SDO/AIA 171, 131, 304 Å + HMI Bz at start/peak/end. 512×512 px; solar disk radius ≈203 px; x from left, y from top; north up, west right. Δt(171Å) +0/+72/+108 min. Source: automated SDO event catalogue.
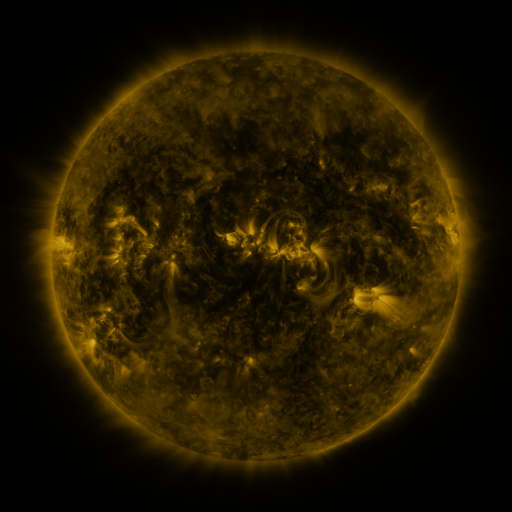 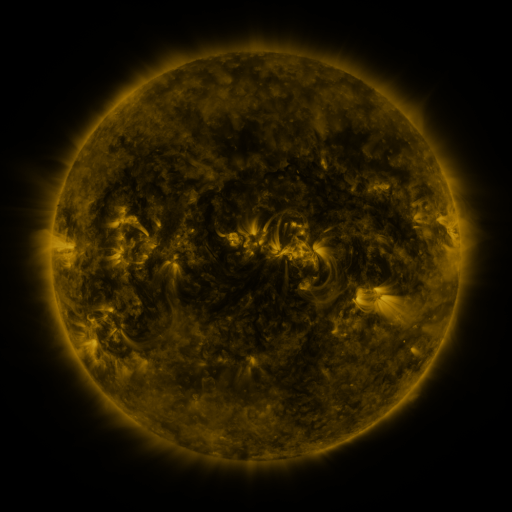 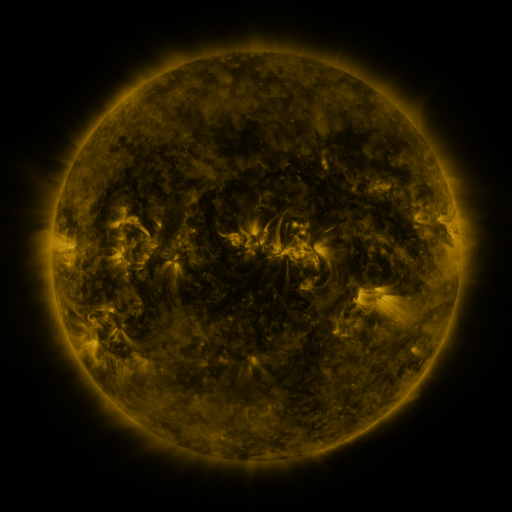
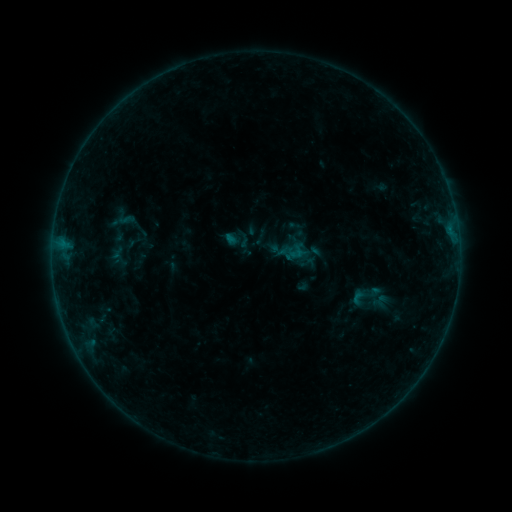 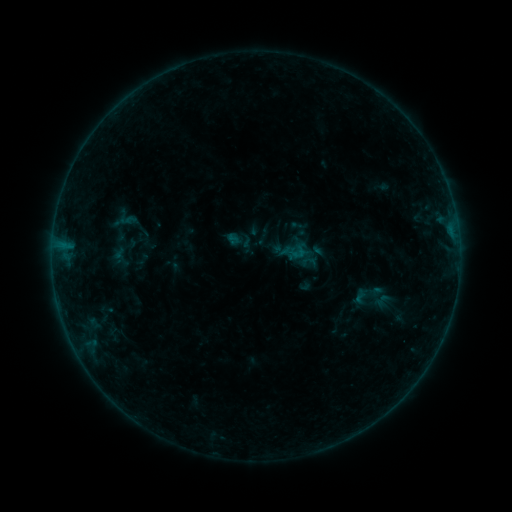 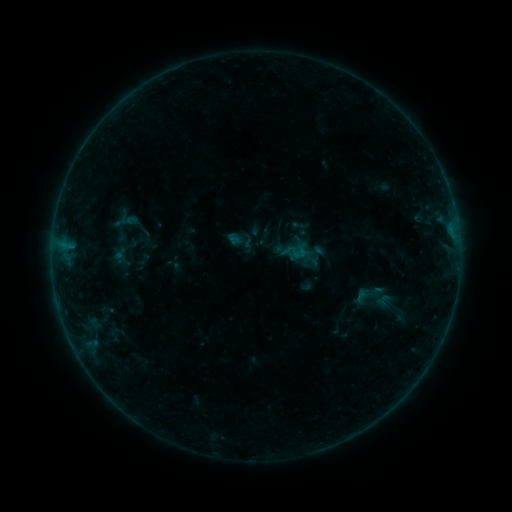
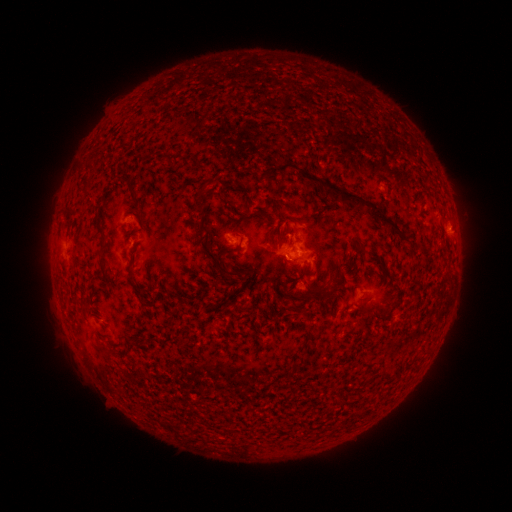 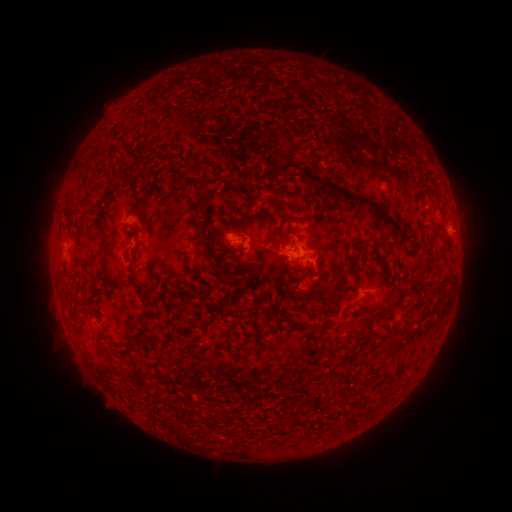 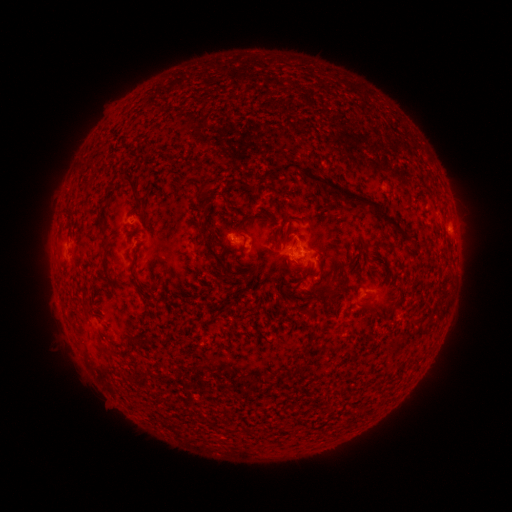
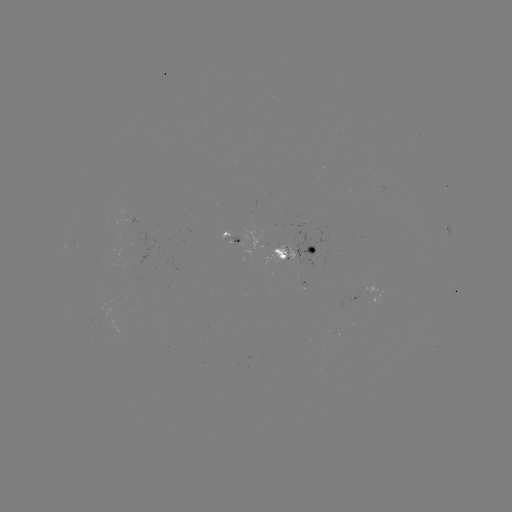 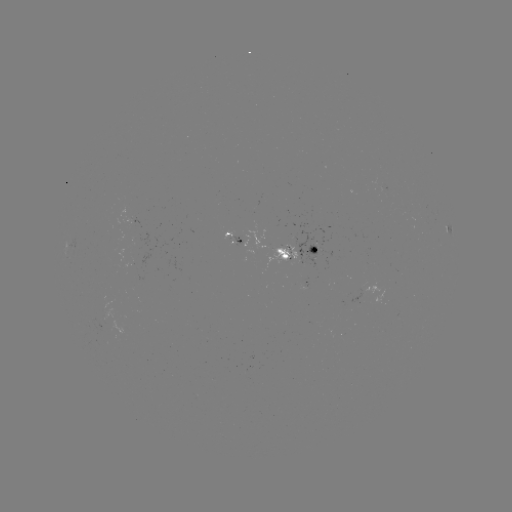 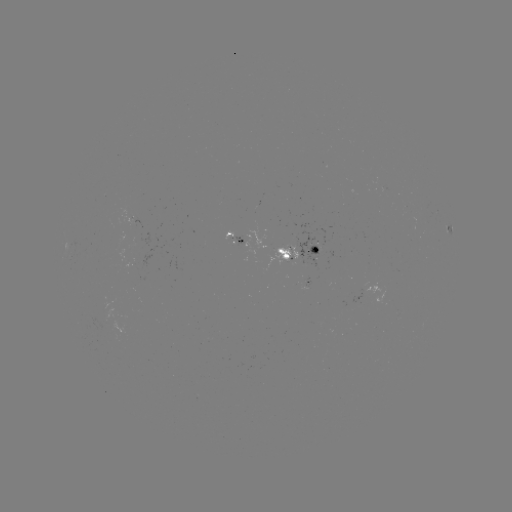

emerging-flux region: <bbox>133, 232, 149, 248</bbox>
